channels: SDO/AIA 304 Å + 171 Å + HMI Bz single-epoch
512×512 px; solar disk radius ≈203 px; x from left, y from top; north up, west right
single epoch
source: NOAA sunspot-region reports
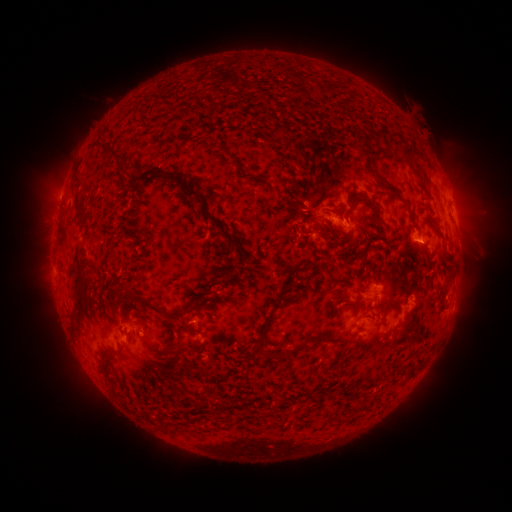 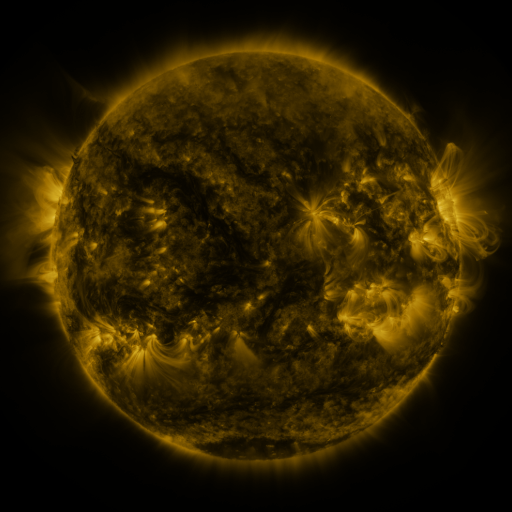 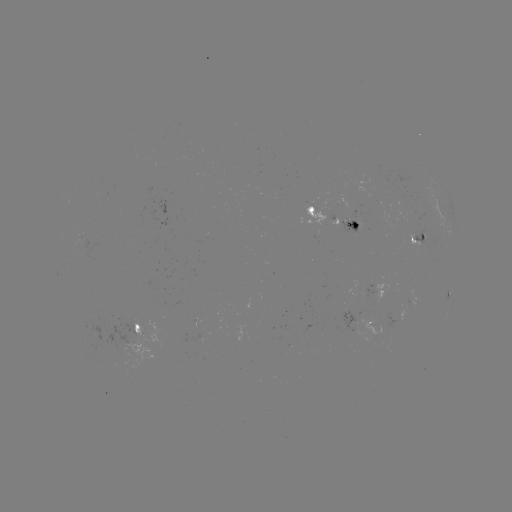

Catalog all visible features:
spotted active region: (451, 199)
spotted active region: (336, 215)
spotted active region: (417, 239)
spotted active region: (378, 288)
spotted active region: (450, 291)
spotted active region: (413, 303)
spotted active region: (363, 319)
spotted active region: (142, 329)
